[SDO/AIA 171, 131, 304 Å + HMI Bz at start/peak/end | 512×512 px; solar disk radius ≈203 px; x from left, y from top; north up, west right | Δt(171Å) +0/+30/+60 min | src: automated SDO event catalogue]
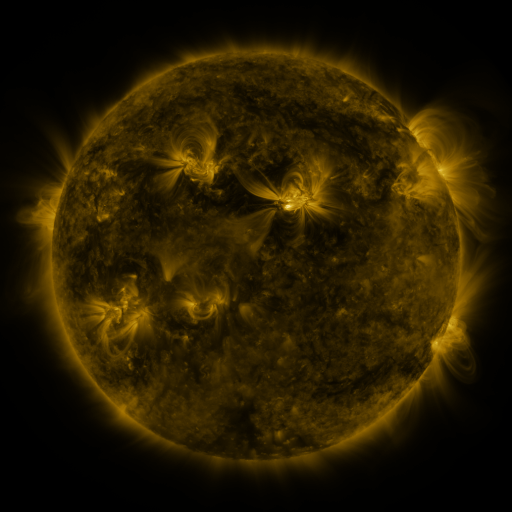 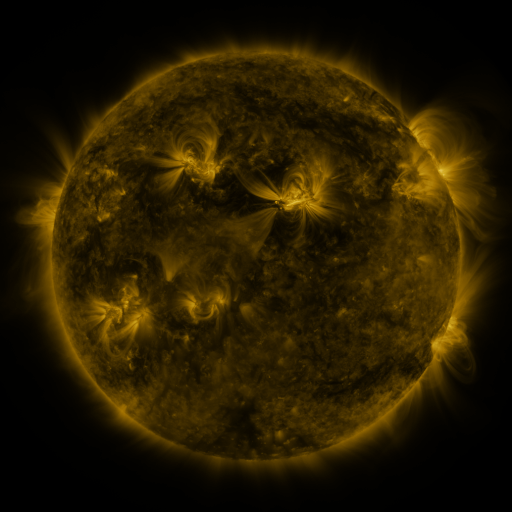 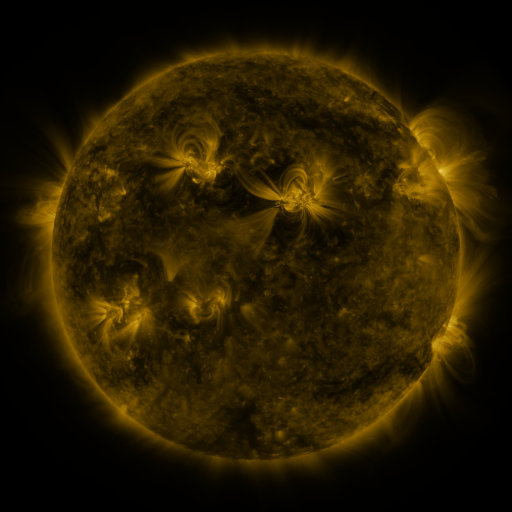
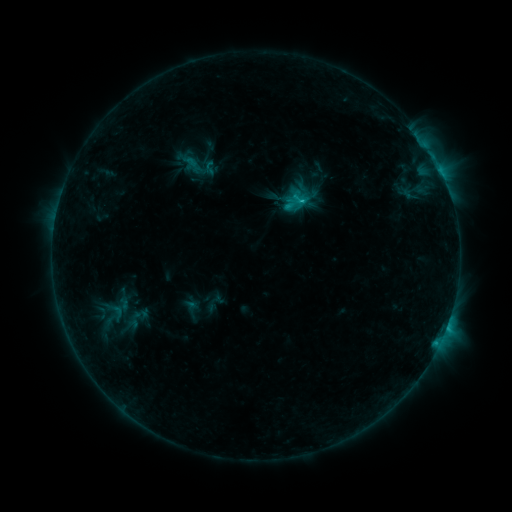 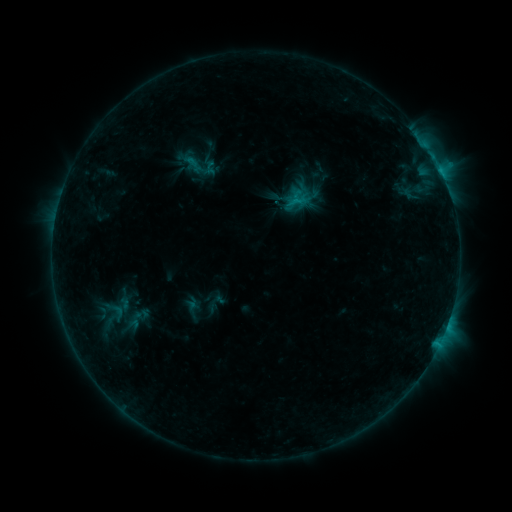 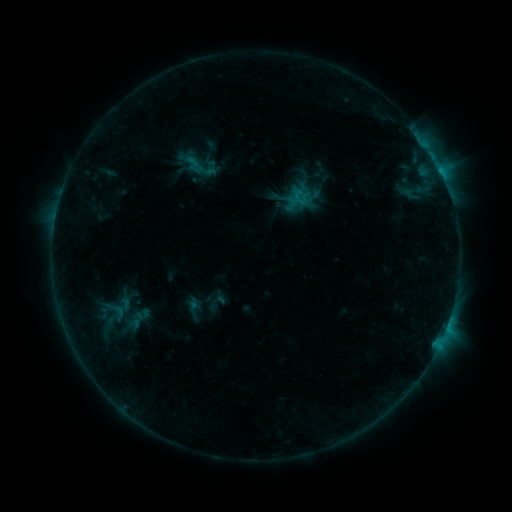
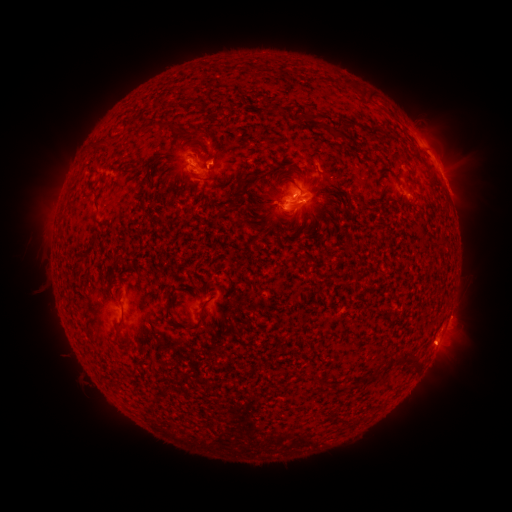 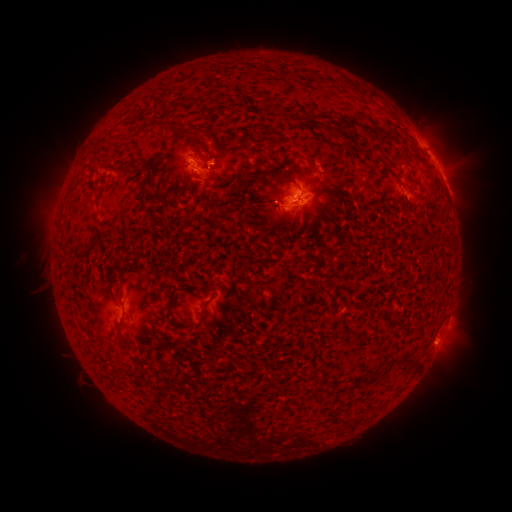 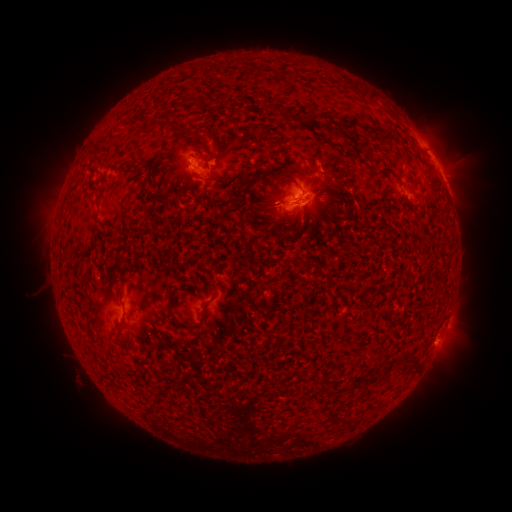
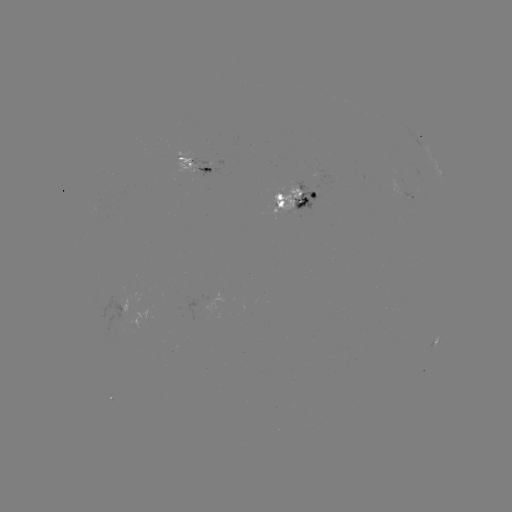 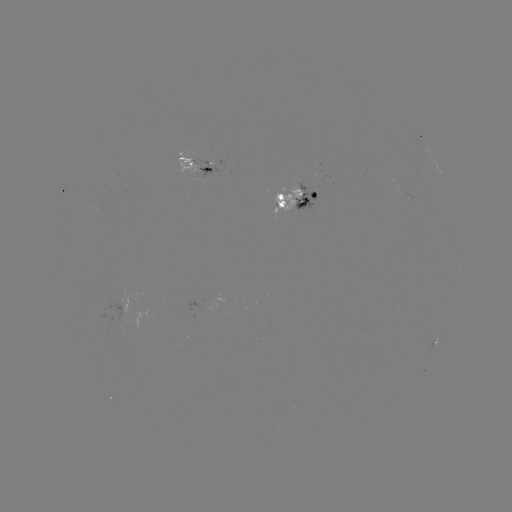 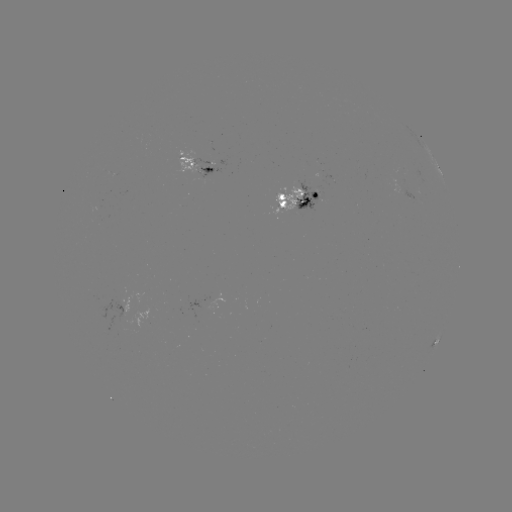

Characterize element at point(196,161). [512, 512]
emerging-flux region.